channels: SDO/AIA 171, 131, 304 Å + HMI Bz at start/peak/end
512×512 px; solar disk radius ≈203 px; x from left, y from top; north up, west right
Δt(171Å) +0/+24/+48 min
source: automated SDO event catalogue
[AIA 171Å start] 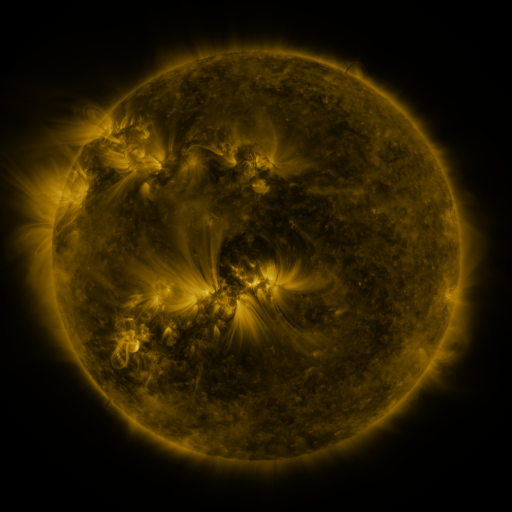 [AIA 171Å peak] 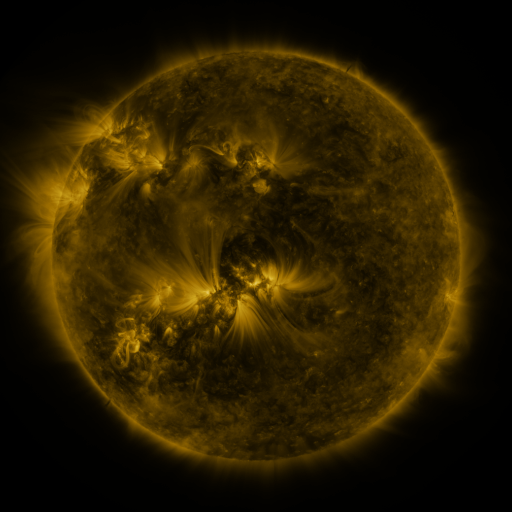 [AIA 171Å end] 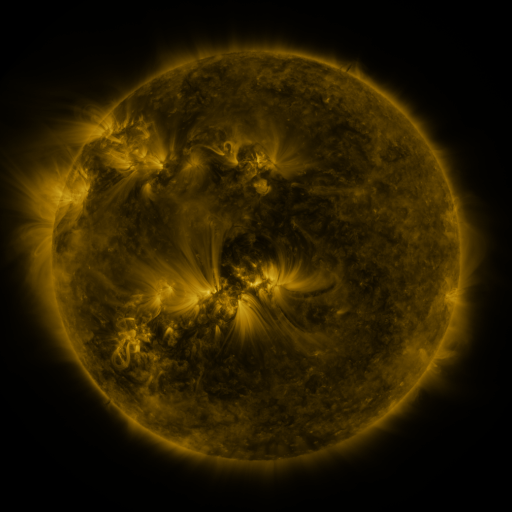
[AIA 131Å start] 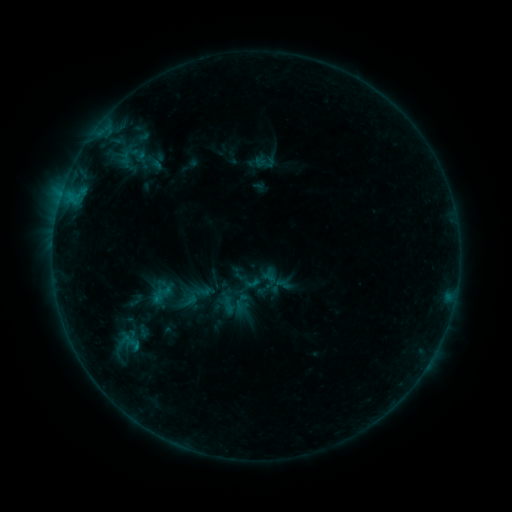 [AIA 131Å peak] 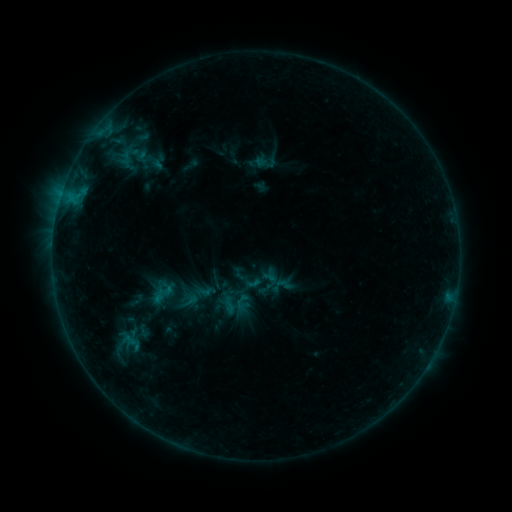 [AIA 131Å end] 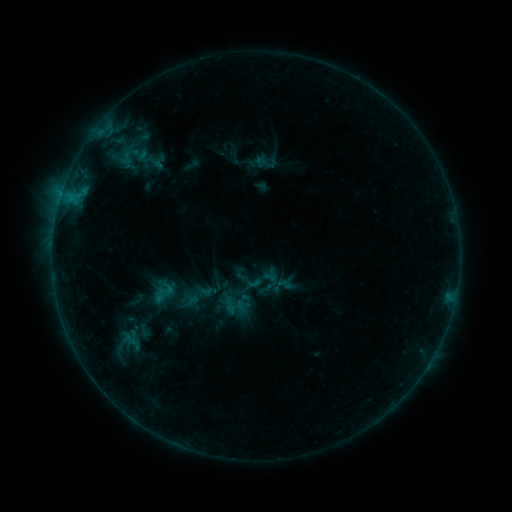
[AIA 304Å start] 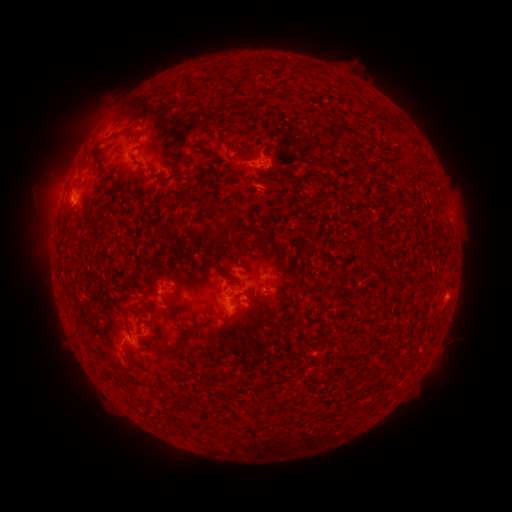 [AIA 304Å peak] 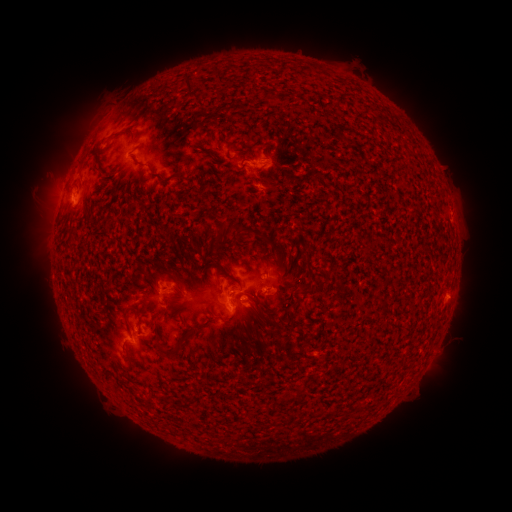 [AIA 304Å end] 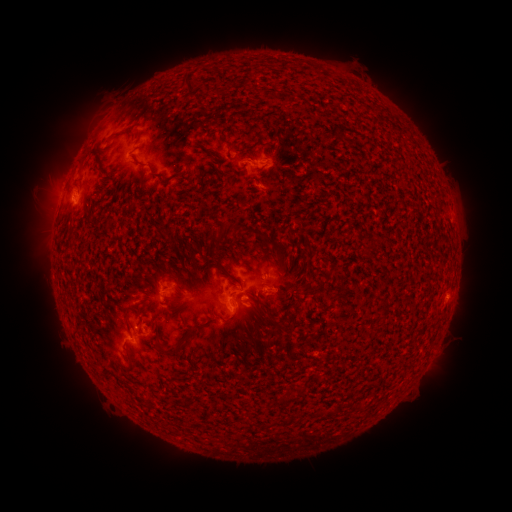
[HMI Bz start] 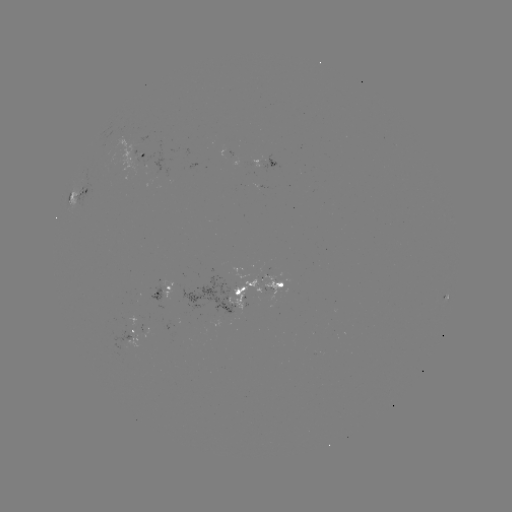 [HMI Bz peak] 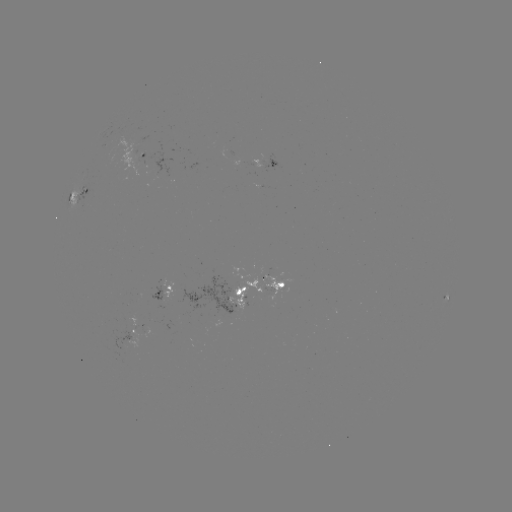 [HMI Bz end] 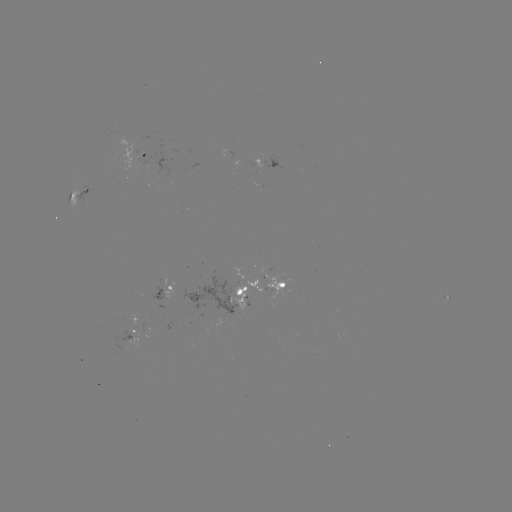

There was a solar emerging-flux region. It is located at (221, 298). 